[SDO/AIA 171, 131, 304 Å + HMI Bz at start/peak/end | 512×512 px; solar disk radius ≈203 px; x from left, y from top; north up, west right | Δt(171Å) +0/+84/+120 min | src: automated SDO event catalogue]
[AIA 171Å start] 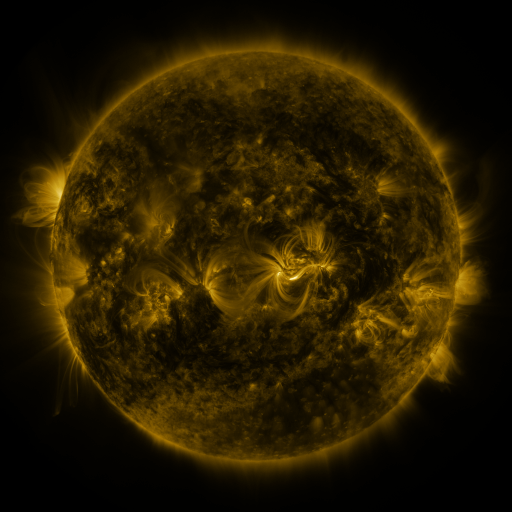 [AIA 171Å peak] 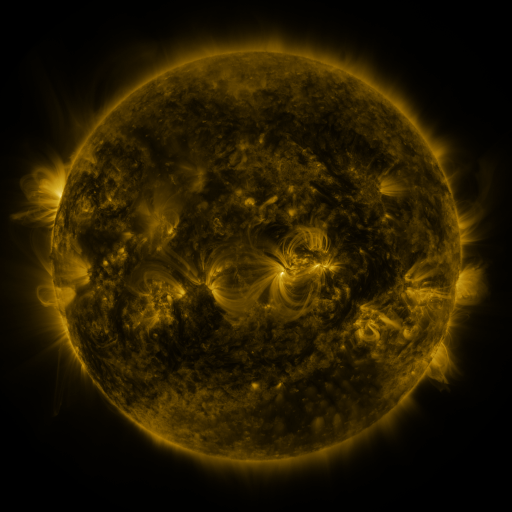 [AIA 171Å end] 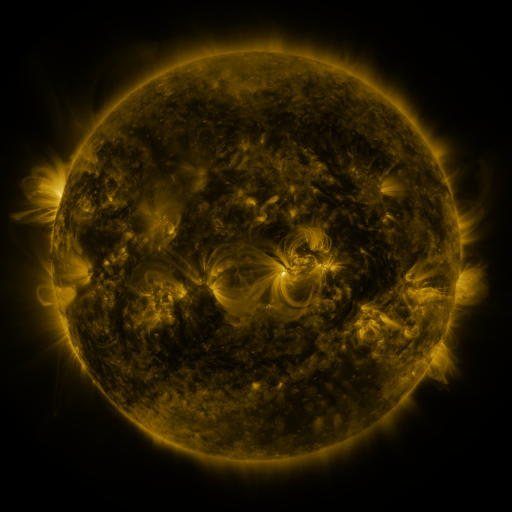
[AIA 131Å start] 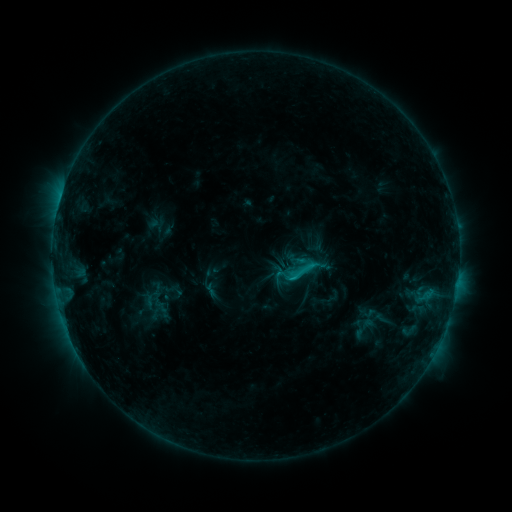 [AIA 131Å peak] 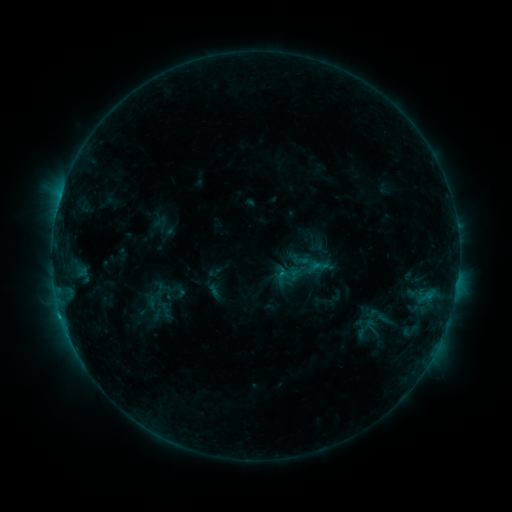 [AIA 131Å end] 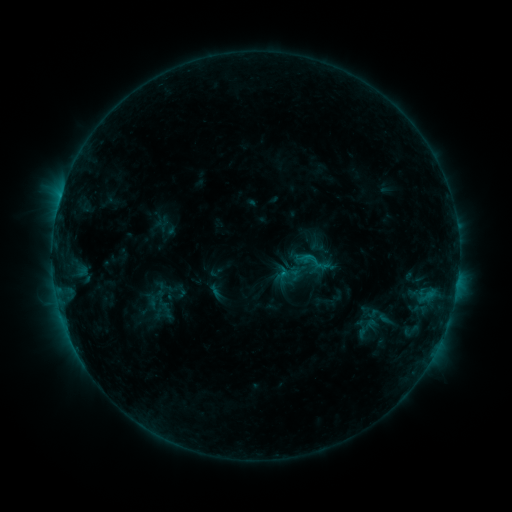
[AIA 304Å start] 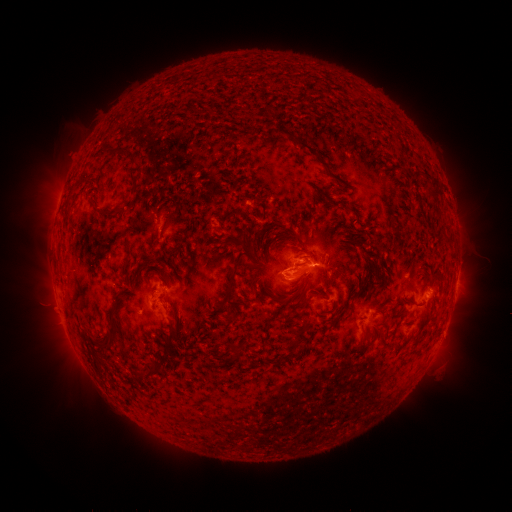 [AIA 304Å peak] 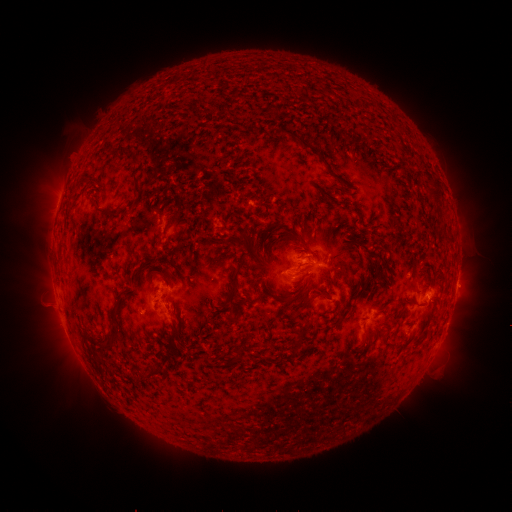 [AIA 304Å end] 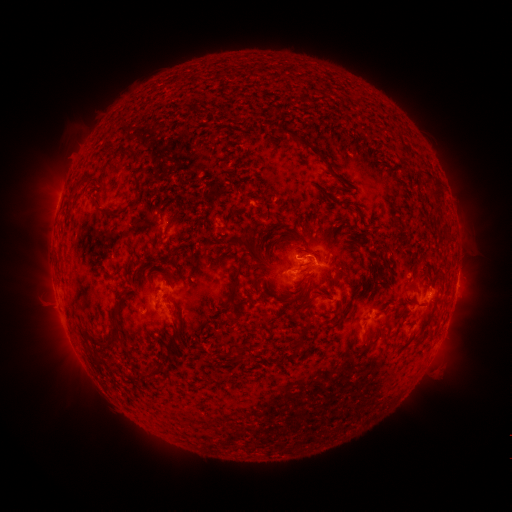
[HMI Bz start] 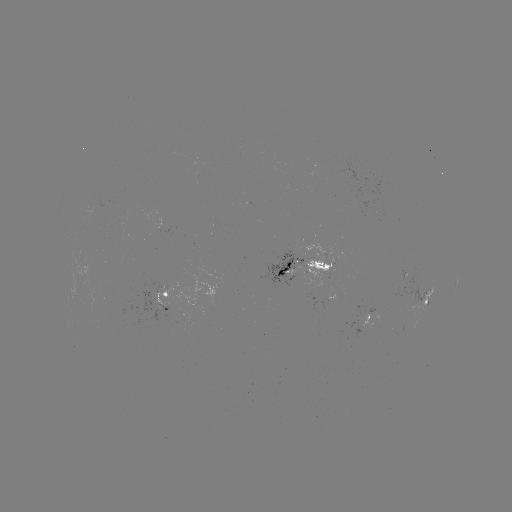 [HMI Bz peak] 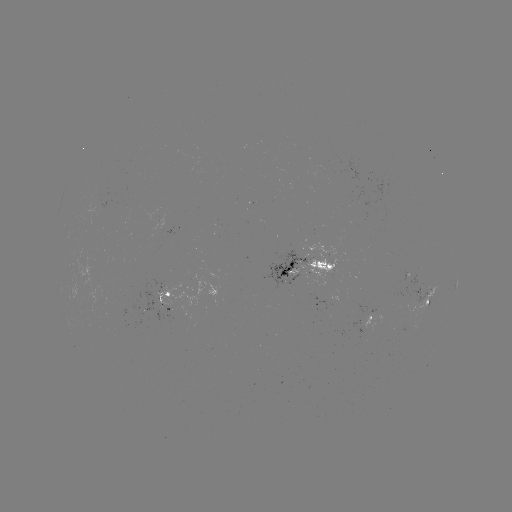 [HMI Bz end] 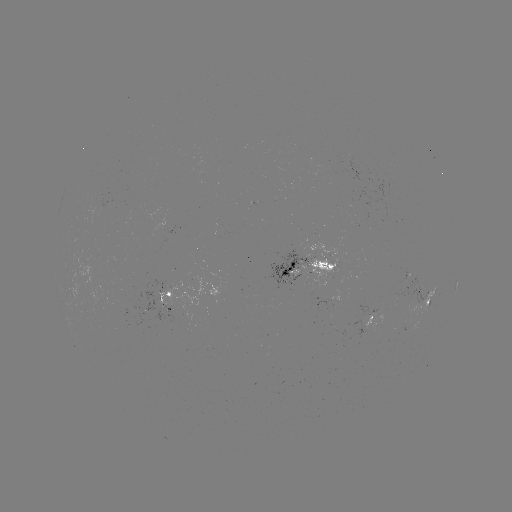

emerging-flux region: <bbox>304, 254, 337, 289</bbox>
